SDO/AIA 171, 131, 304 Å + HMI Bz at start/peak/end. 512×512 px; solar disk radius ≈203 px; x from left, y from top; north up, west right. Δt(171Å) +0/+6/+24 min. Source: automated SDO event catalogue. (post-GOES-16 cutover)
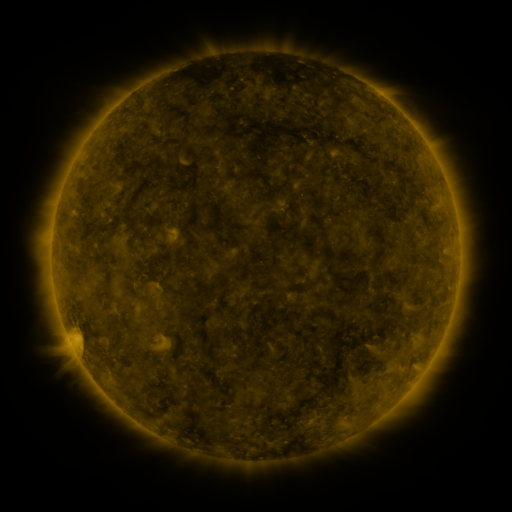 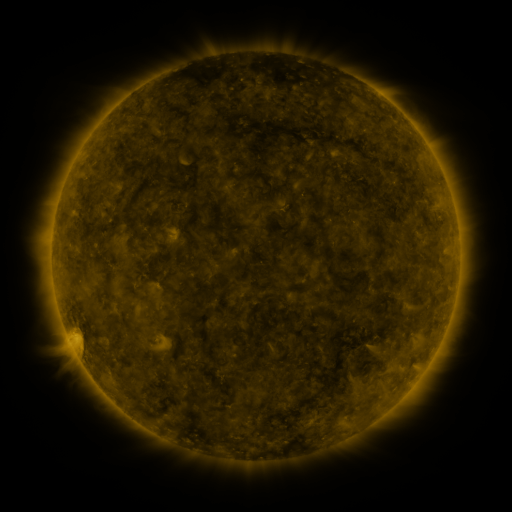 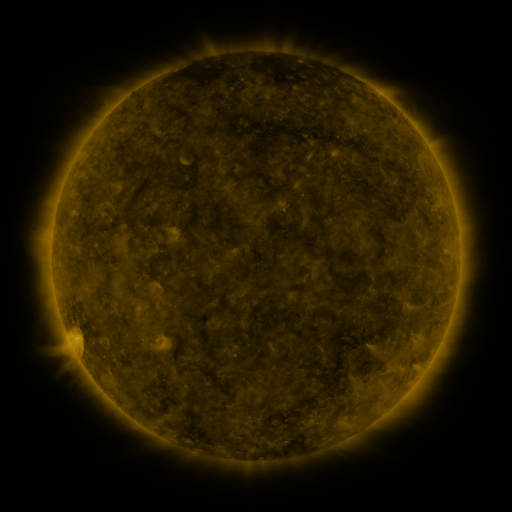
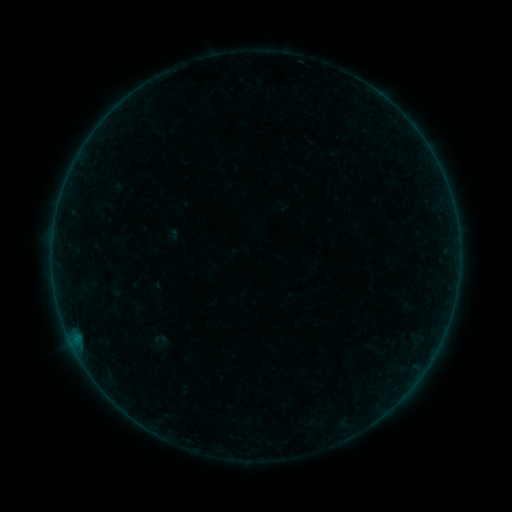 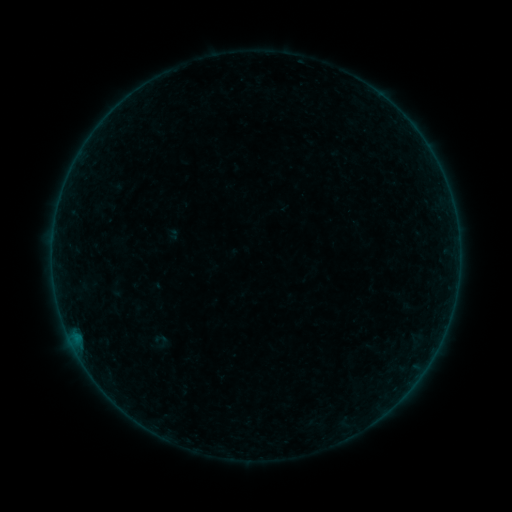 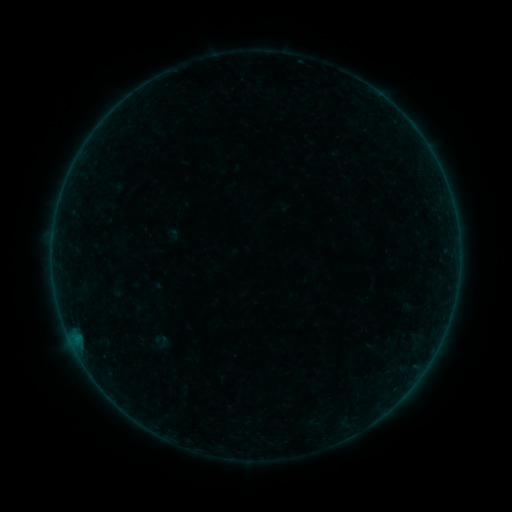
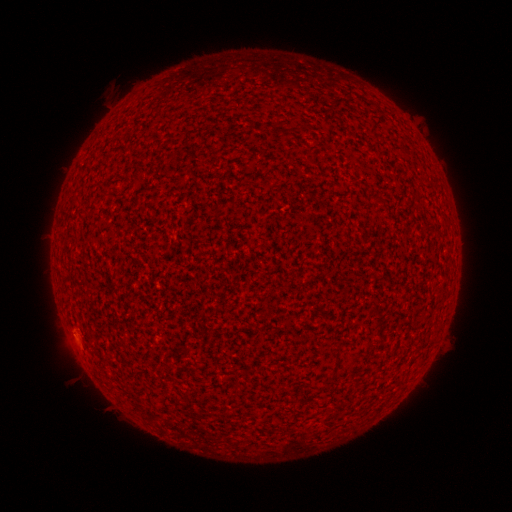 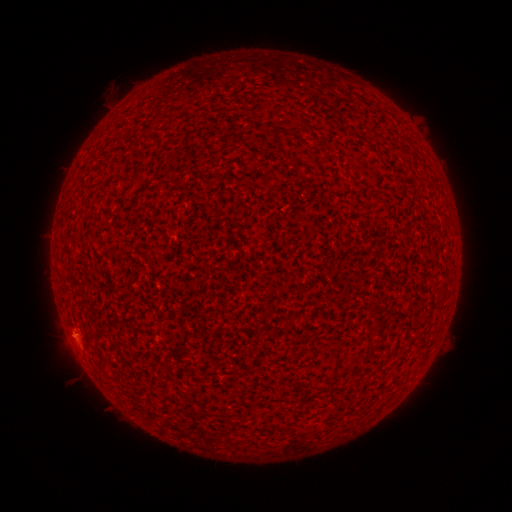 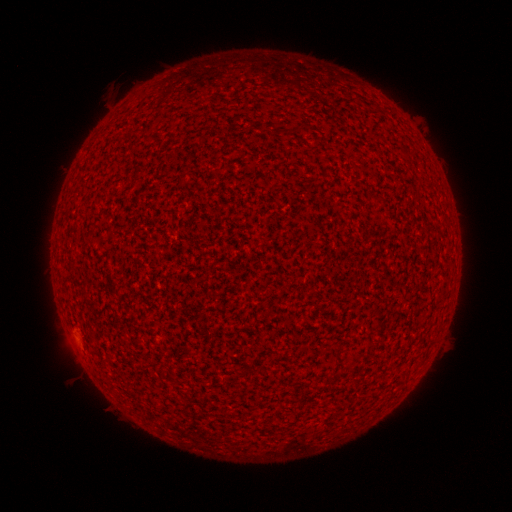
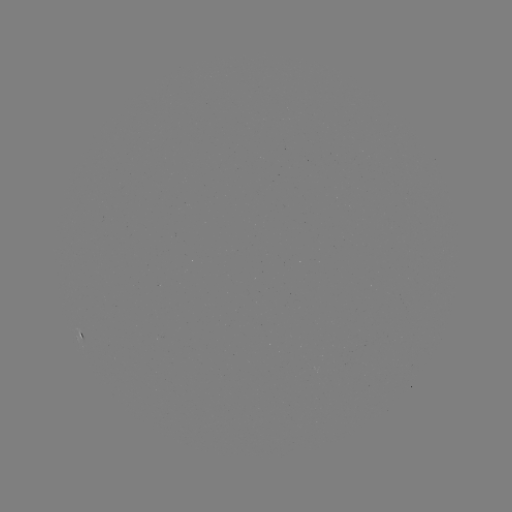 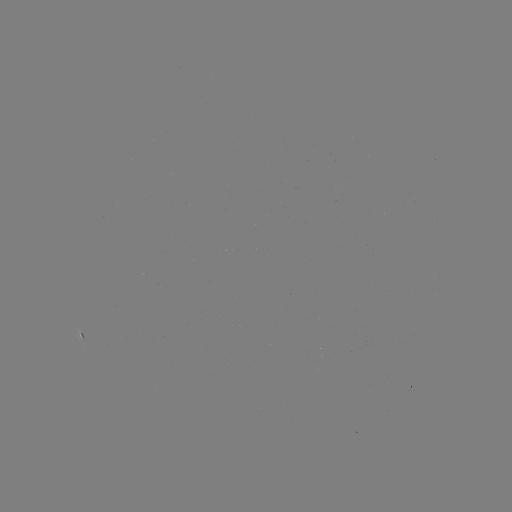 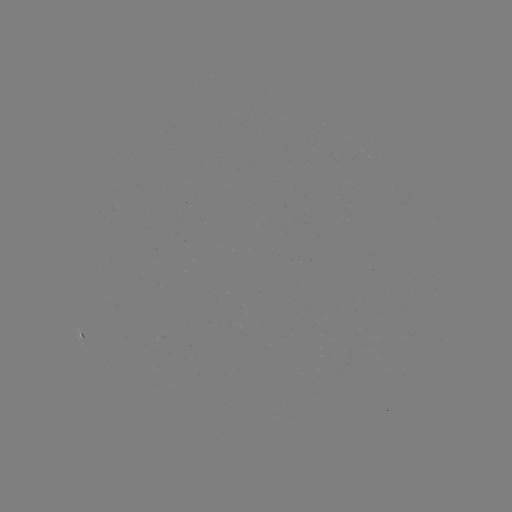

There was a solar flare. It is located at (74, 333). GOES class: A2.2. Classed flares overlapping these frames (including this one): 1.